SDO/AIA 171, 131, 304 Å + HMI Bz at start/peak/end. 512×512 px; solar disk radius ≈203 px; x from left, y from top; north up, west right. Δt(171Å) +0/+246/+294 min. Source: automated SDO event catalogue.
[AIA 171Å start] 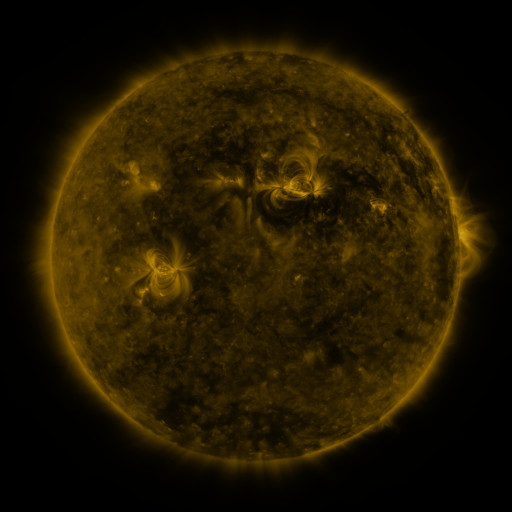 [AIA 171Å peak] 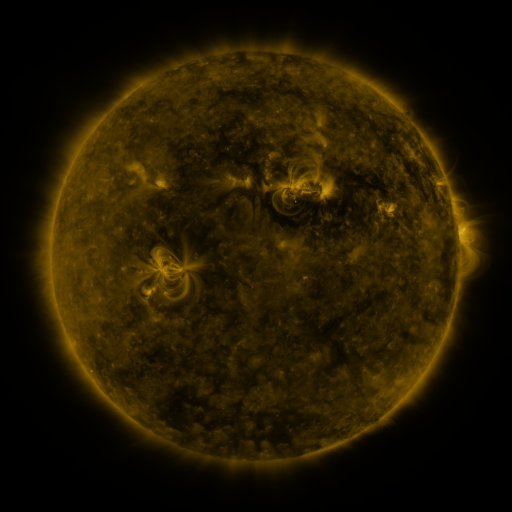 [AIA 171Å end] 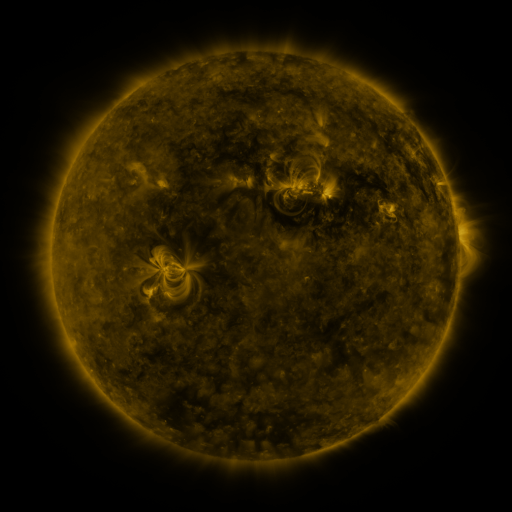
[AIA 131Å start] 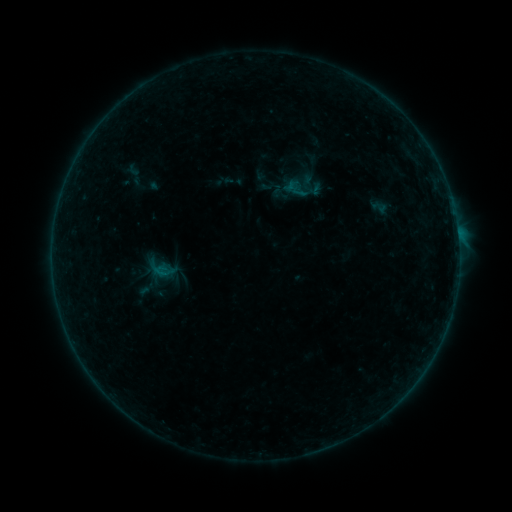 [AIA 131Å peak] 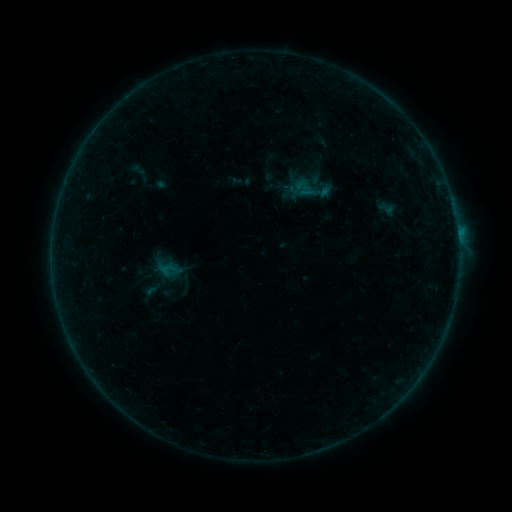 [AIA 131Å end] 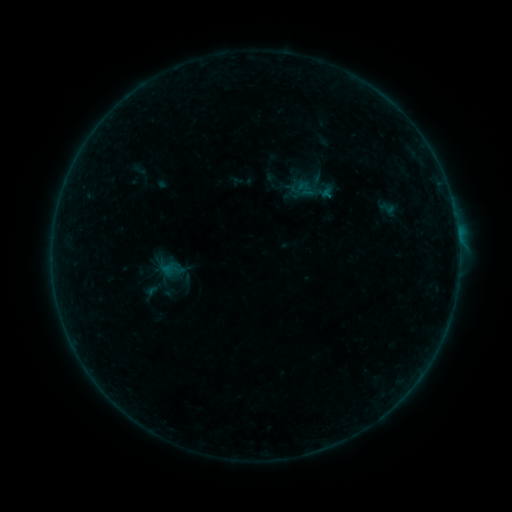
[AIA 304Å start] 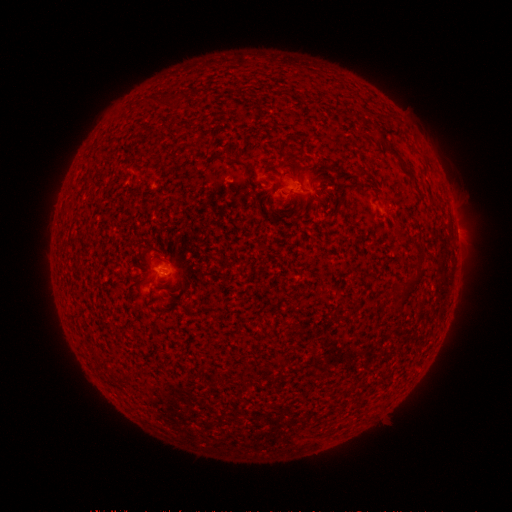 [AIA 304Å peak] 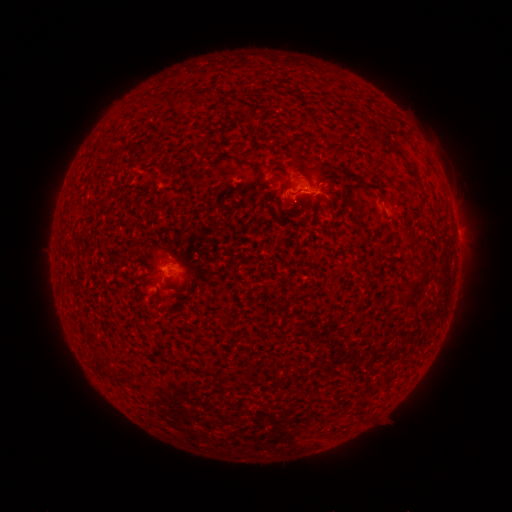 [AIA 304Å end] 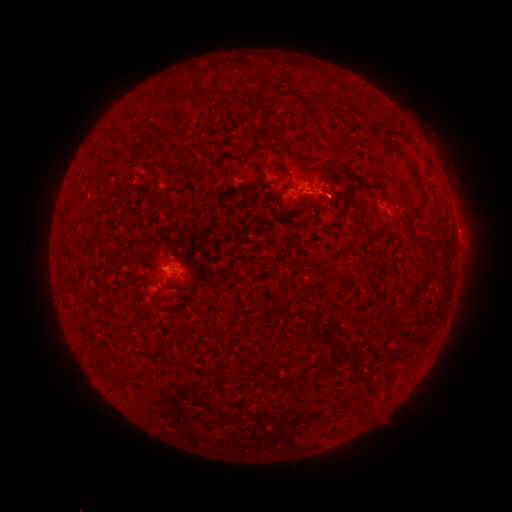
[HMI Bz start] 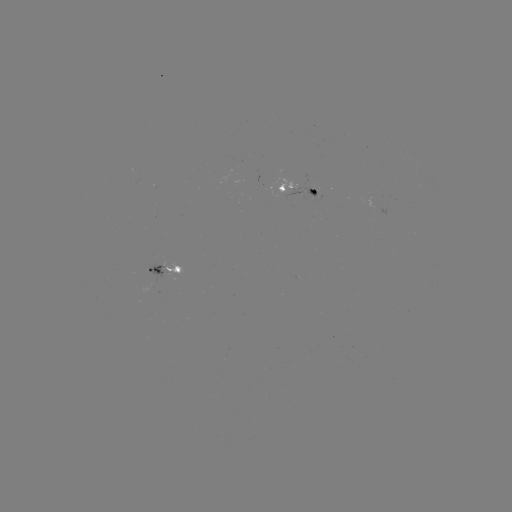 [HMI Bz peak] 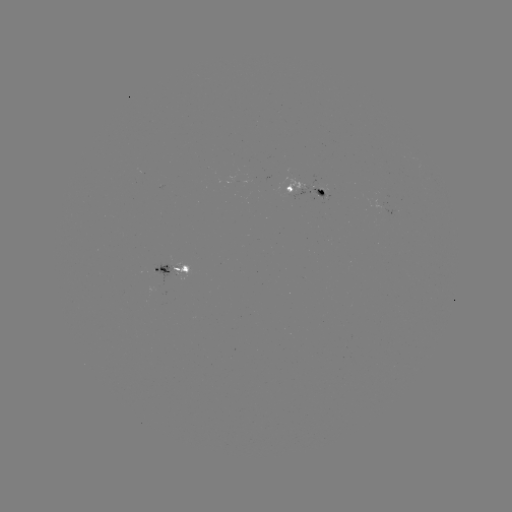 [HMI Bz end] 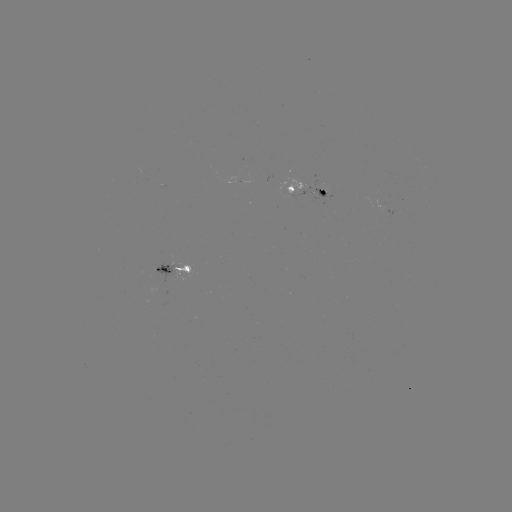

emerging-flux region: [152, 262, 175, 282]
